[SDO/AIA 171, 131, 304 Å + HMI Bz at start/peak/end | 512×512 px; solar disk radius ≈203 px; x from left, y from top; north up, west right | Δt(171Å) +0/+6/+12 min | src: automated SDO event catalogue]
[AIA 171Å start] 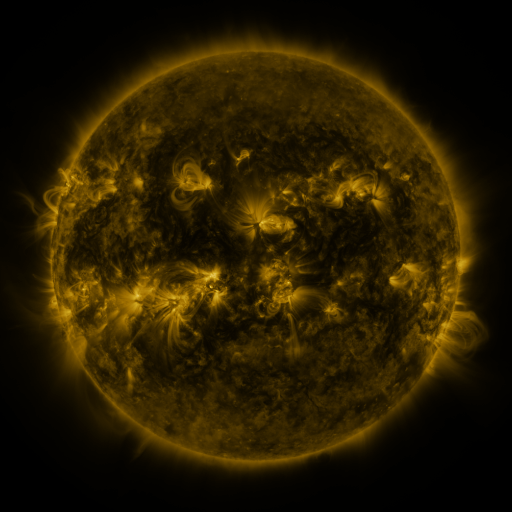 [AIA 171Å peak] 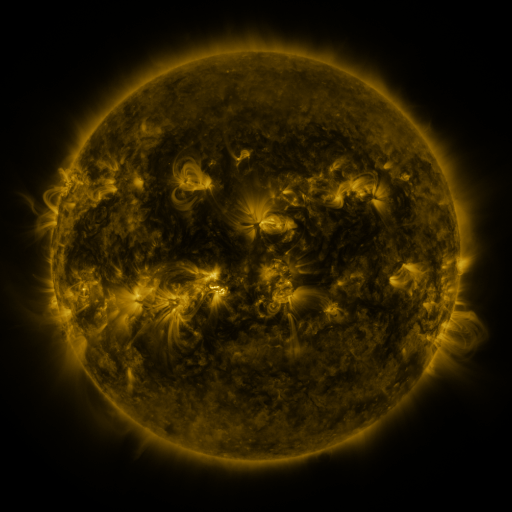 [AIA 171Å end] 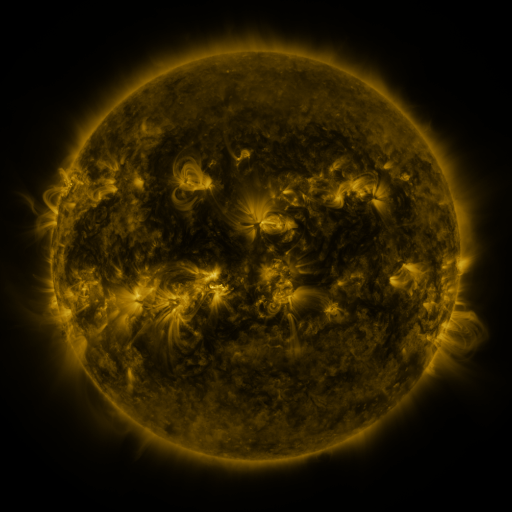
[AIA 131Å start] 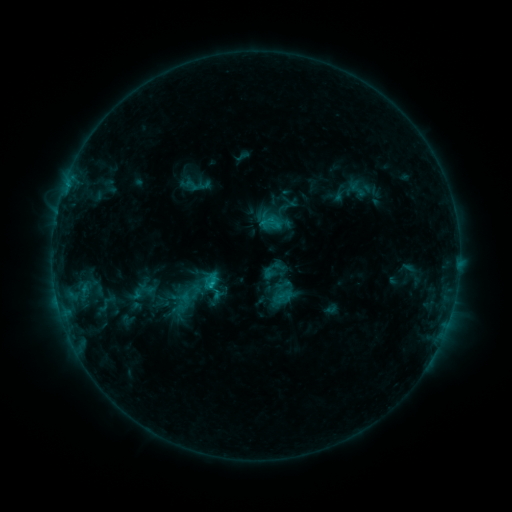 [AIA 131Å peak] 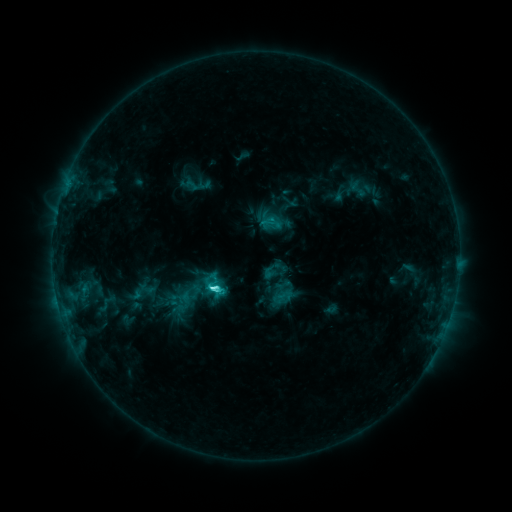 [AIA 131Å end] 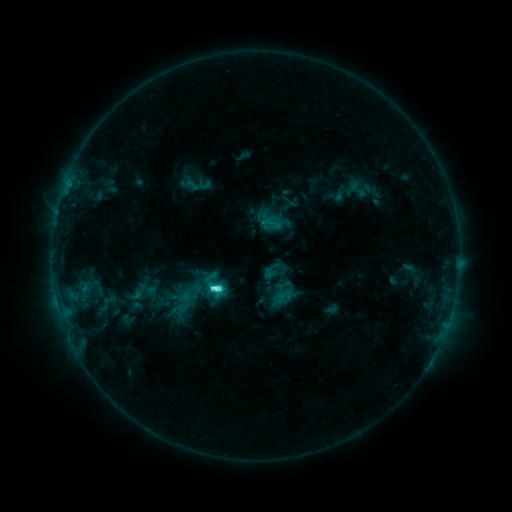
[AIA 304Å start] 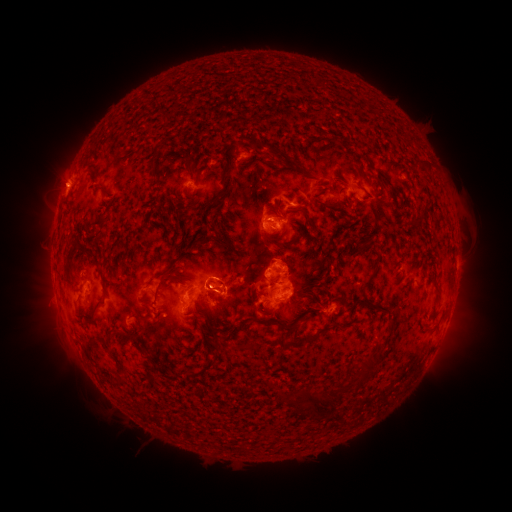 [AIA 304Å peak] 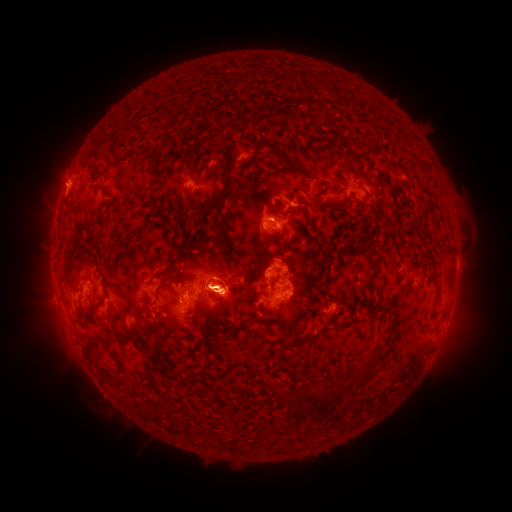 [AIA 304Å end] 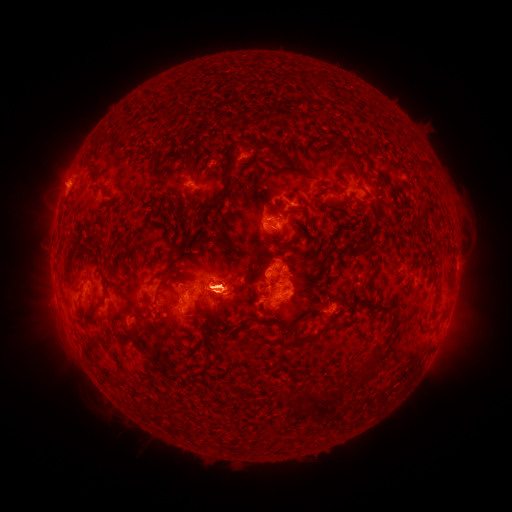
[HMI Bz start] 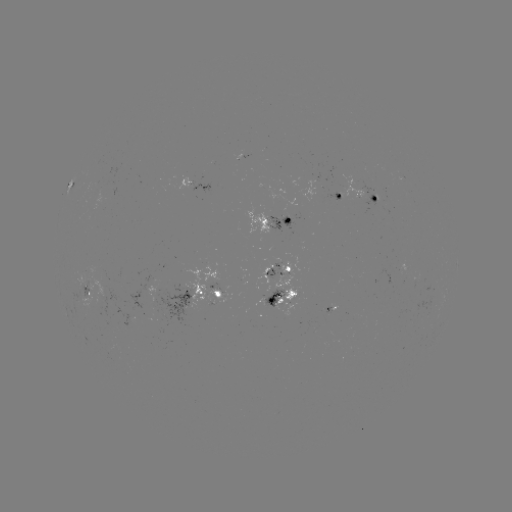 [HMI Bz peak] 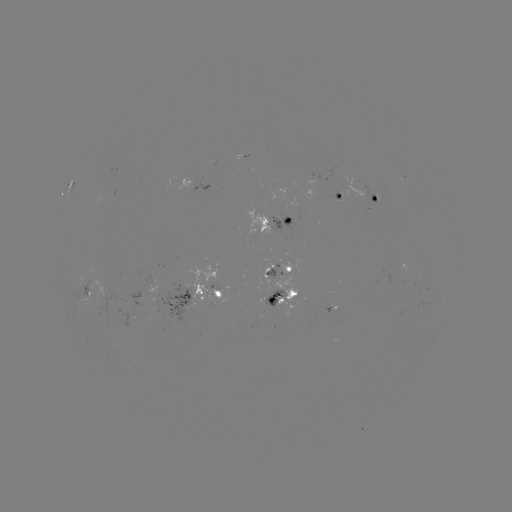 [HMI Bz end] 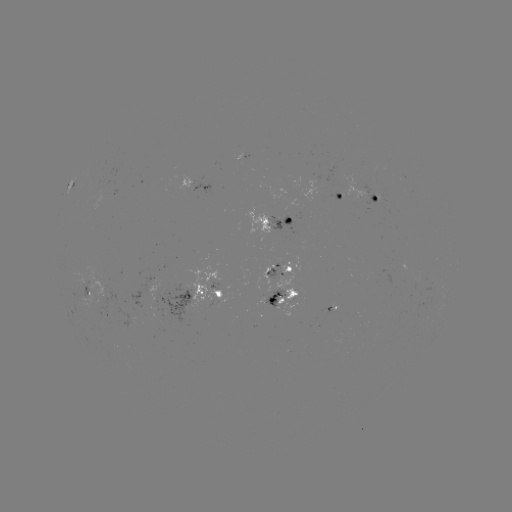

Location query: C7.5 flare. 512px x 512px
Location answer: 214,286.